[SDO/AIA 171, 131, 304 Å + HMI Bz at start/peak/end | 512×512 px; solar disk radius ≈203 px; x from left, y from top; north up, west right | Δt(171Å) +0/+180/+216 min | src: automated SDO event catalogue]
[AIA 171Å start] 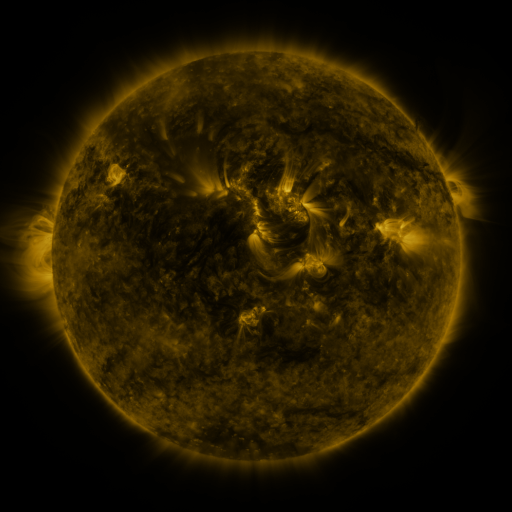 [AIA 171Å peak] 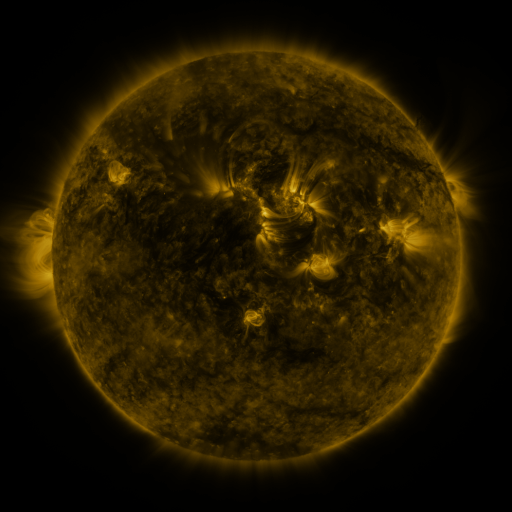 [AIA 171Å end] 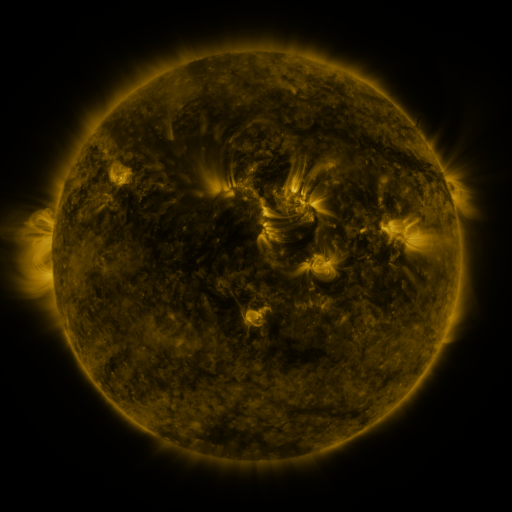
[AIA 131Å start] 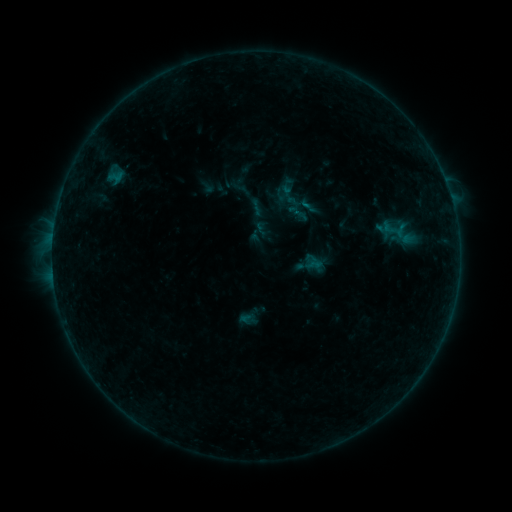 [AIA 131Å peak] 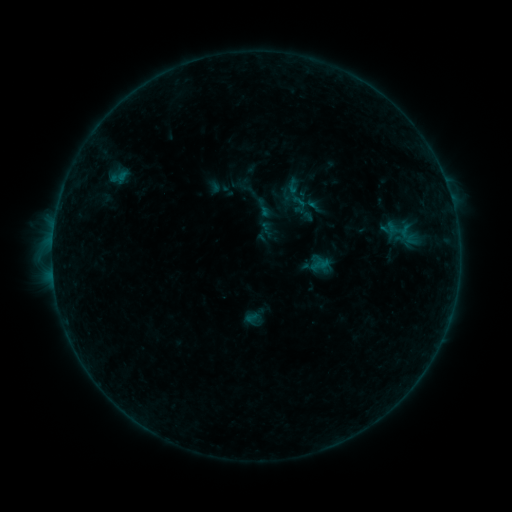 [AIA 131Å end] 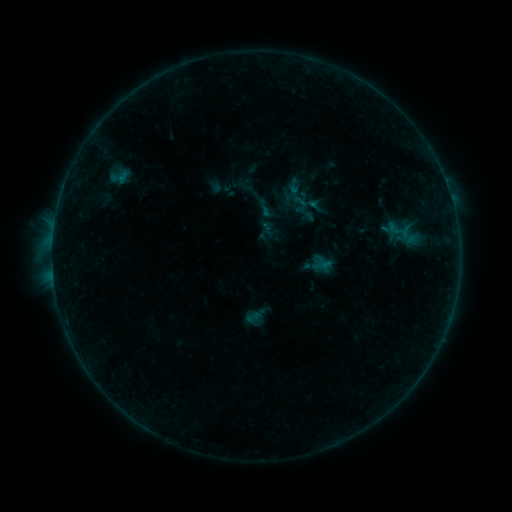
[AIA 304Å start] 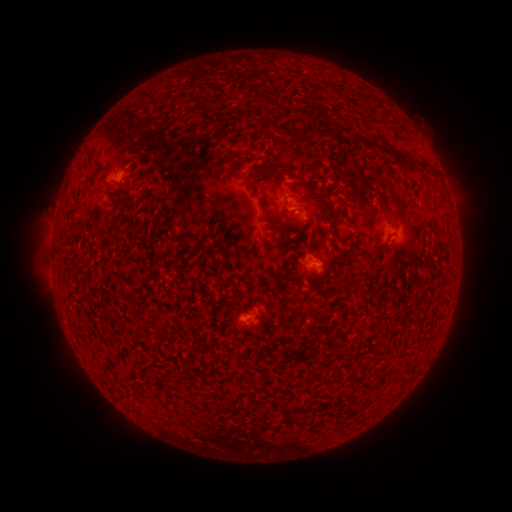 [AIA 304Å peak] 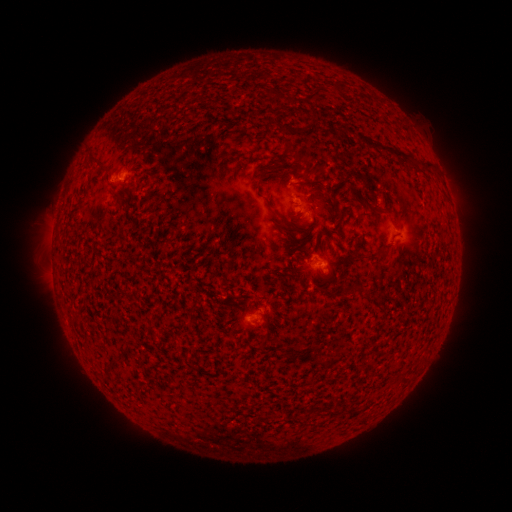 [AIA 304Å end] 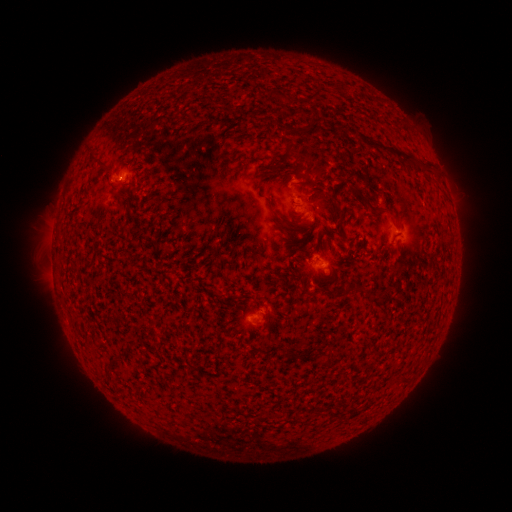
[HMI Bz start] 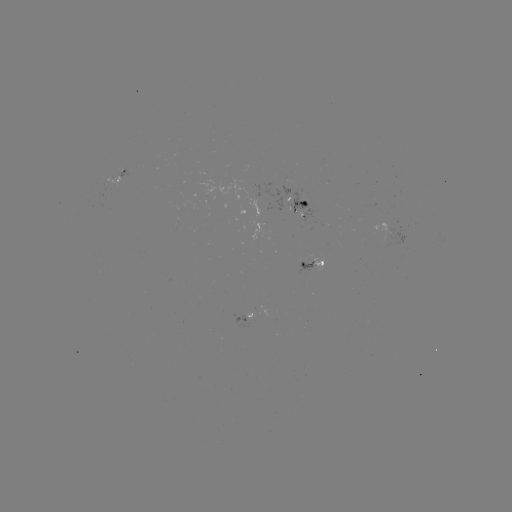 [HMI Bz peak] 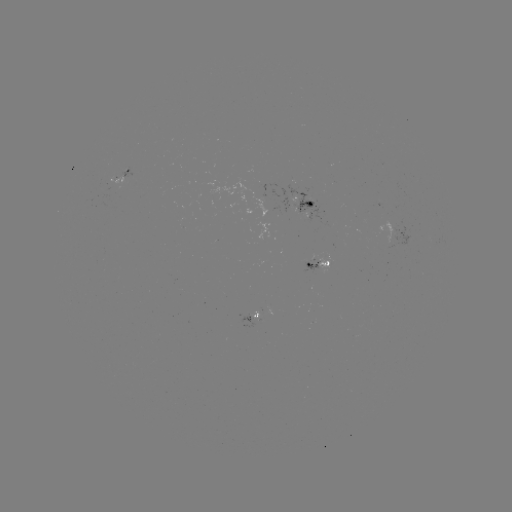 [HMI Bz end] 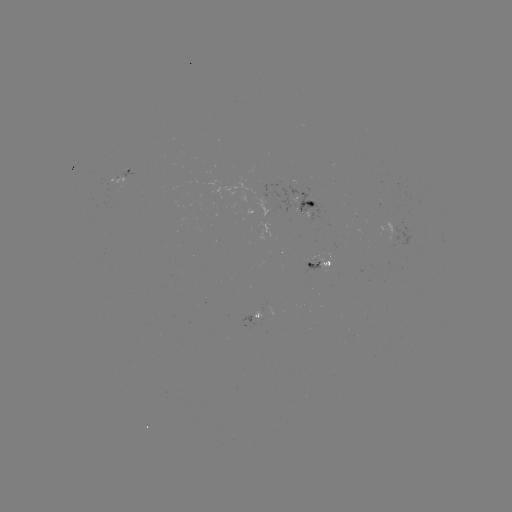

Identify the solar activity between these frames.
emerging-flux region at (258, 317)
